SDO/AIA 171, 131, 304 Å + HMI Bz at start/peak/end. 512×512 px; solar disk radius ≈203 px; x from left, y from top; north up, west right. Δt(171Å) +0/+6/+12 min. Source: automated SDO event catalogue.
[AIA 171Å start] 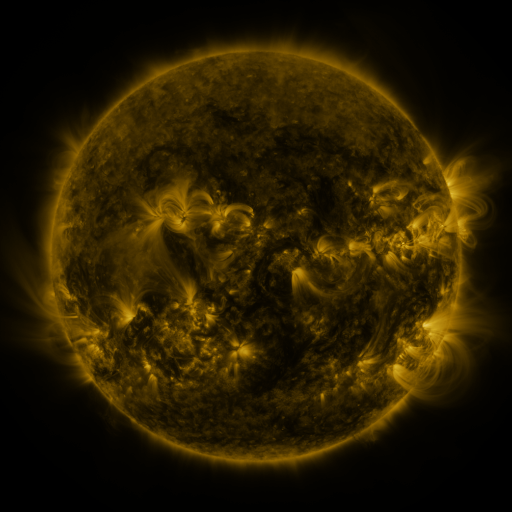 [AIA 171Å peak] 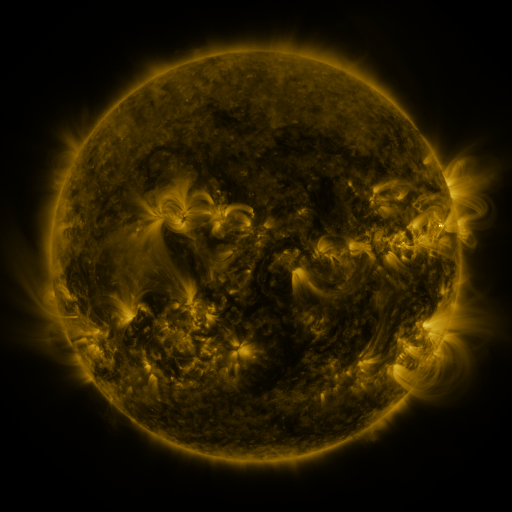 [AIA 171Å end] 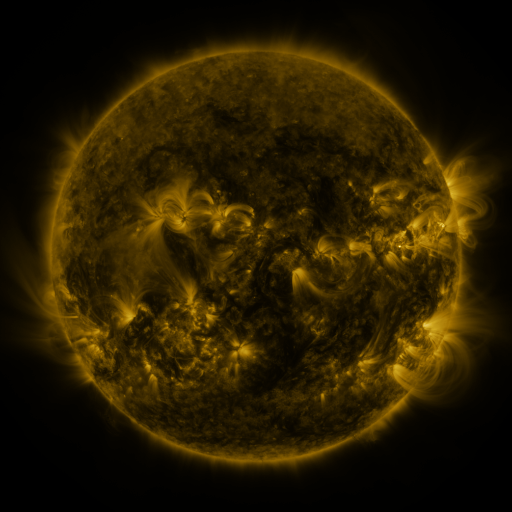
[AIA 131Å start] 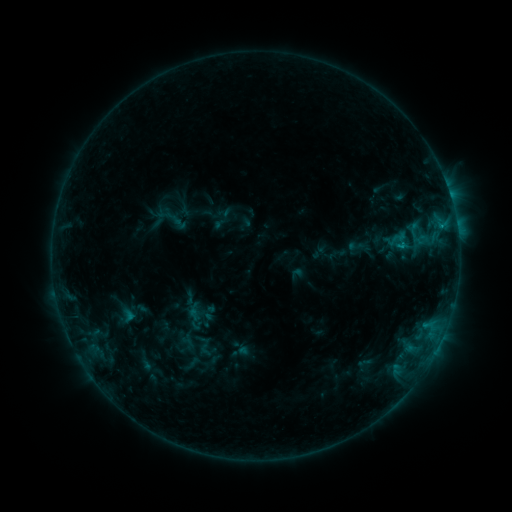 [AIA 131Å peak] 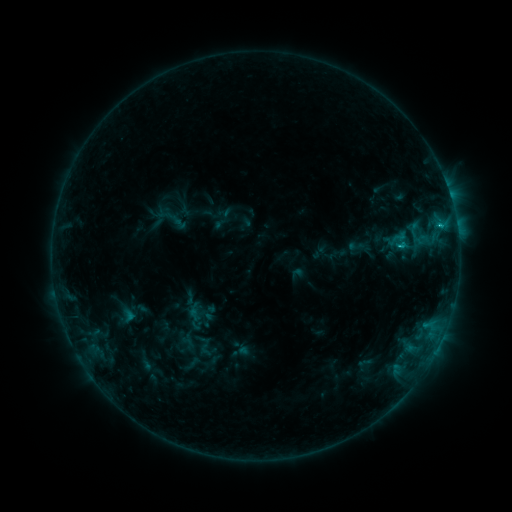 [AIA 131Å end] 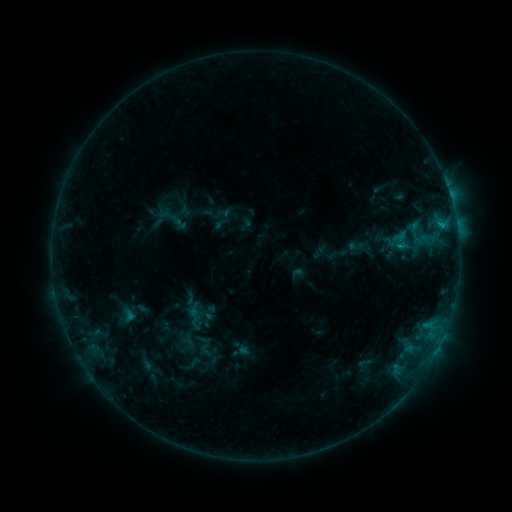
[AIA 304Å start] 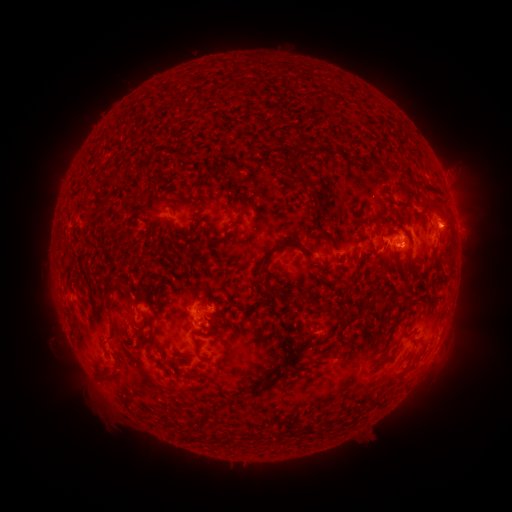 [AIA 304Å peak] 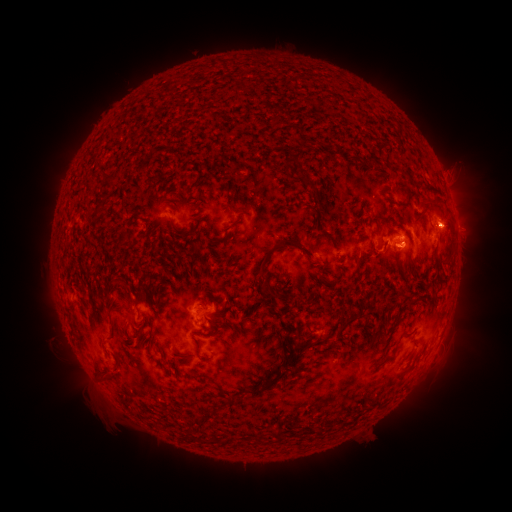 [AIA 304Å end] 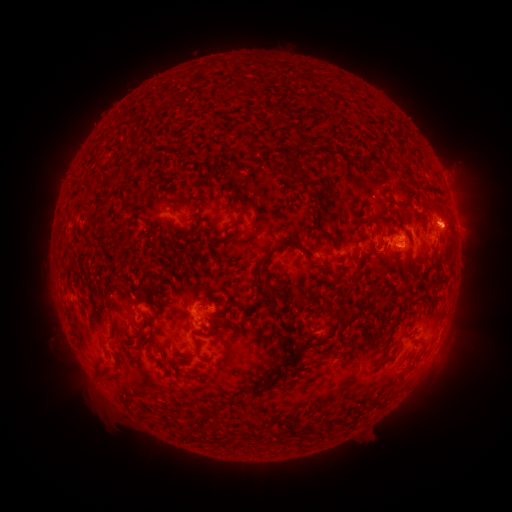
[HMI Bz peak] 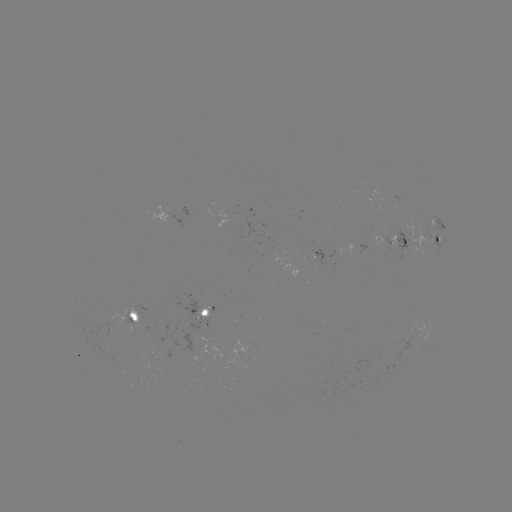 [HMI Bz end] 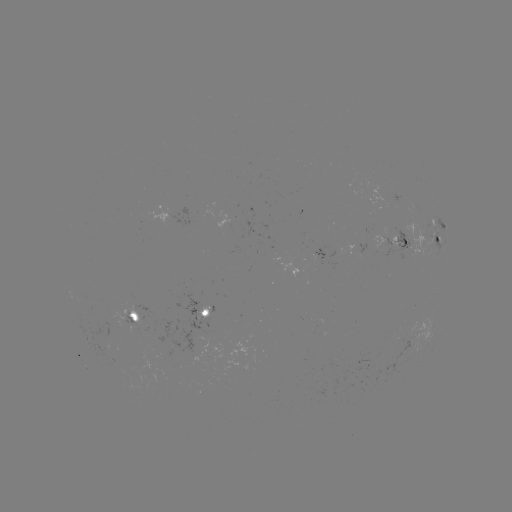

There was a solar flare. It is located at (399, 248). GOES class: C1.2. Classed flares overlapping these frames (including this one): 2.